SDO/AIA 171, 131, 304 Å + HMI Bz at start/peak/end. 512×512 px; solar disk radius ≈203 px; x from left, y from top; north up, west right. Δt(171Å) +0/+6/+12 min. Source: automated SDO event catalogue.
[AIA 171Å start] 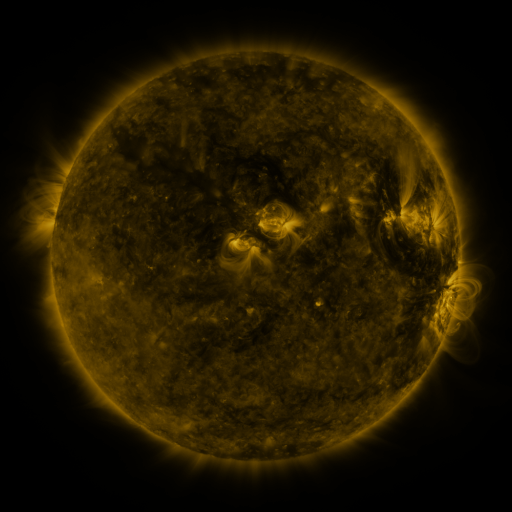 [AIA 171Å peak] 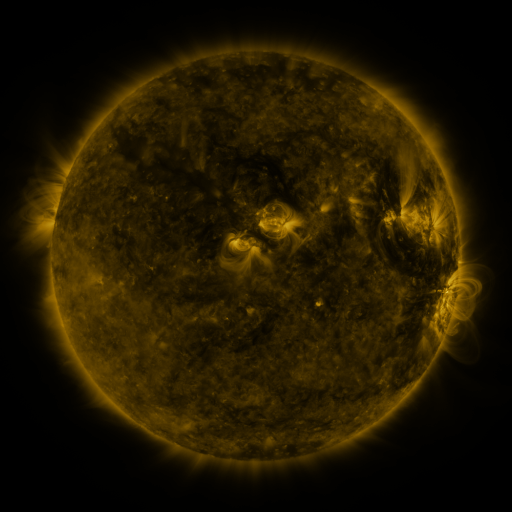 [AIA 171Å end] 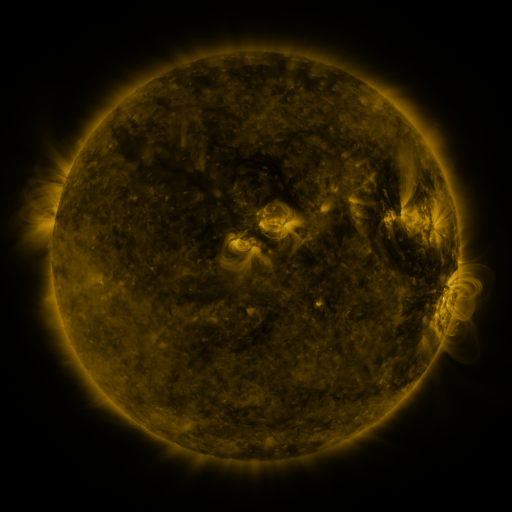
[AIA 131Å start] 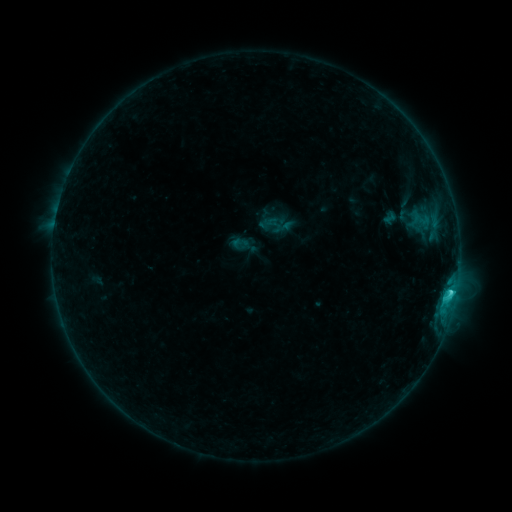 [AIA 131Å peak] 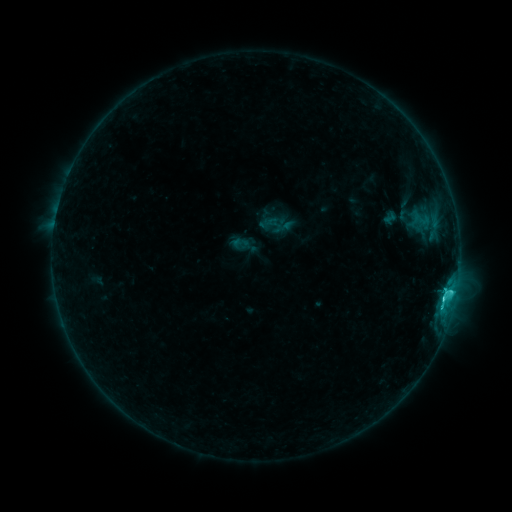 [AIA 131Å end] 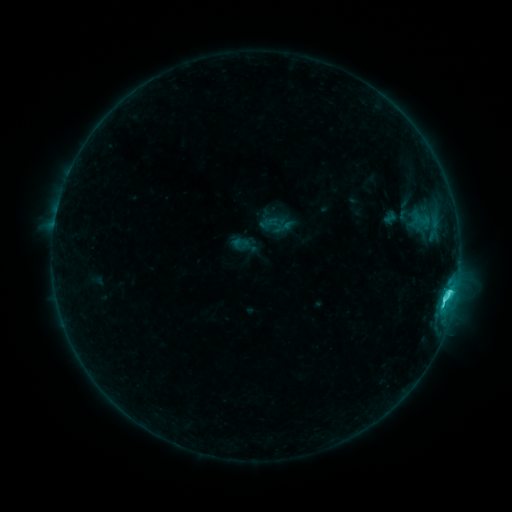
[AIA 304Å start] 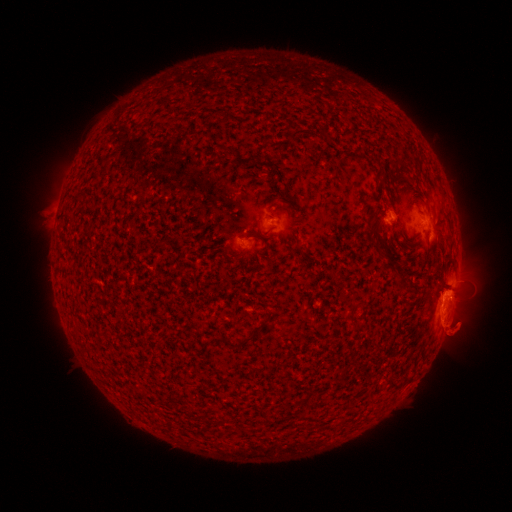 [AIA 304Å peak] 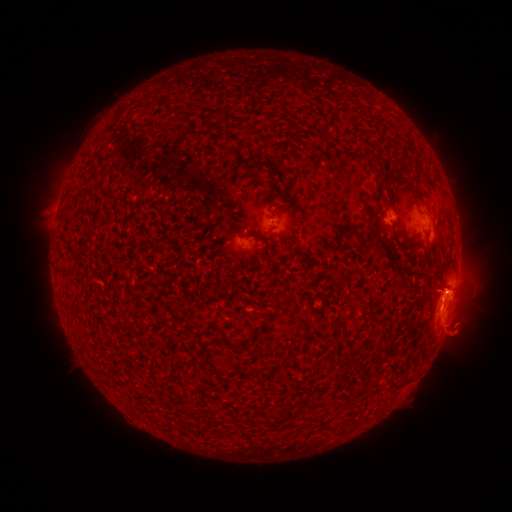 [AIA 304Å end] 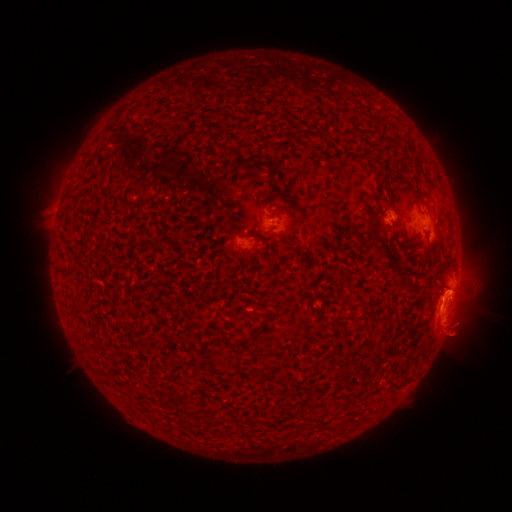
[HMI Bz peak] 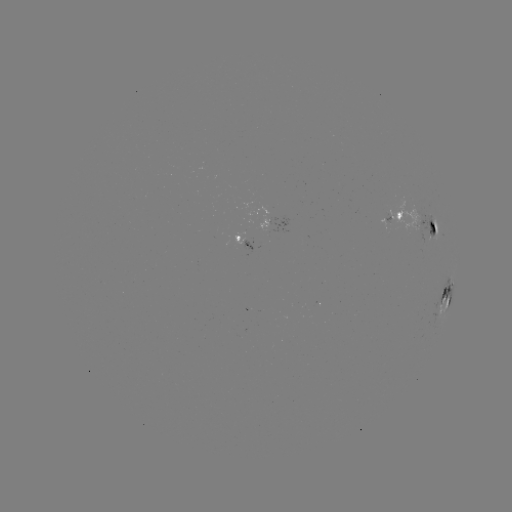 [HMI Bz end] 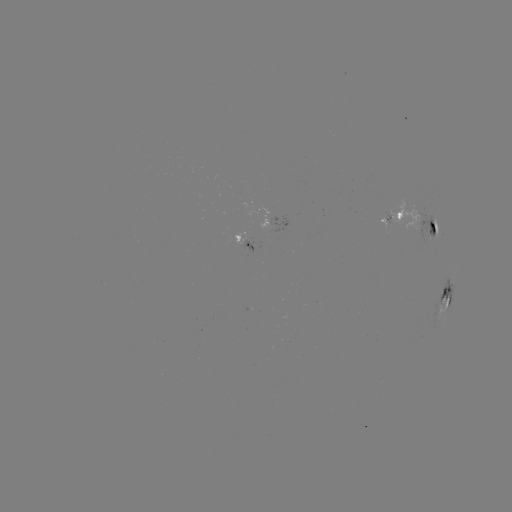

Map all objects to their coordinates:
C4.2 flare: (442, 297)
